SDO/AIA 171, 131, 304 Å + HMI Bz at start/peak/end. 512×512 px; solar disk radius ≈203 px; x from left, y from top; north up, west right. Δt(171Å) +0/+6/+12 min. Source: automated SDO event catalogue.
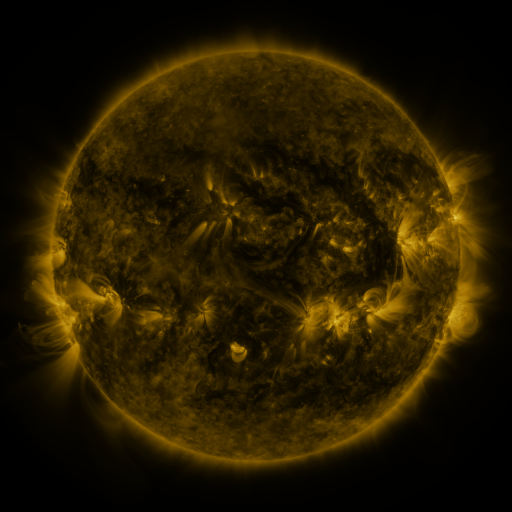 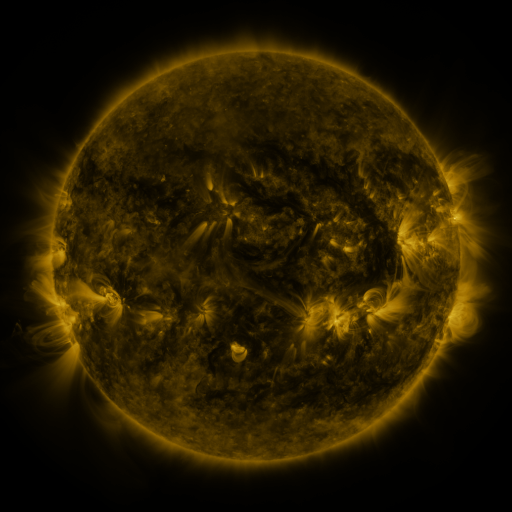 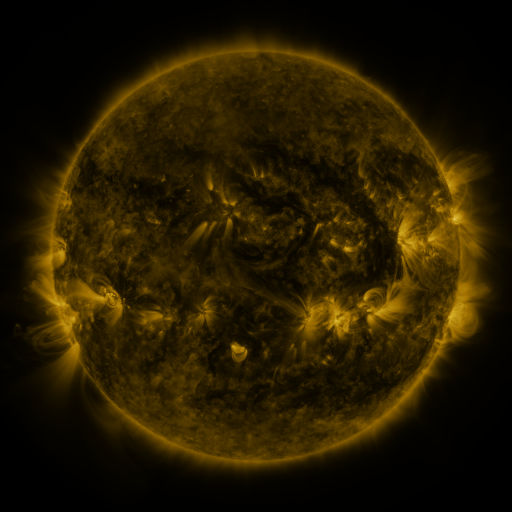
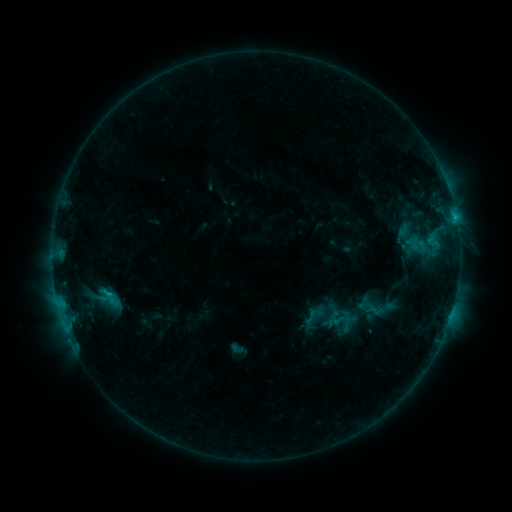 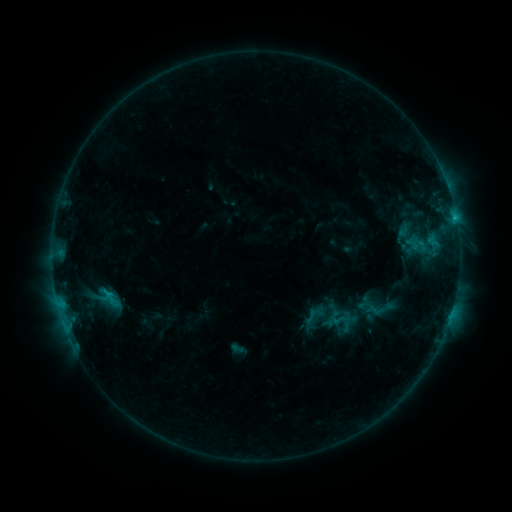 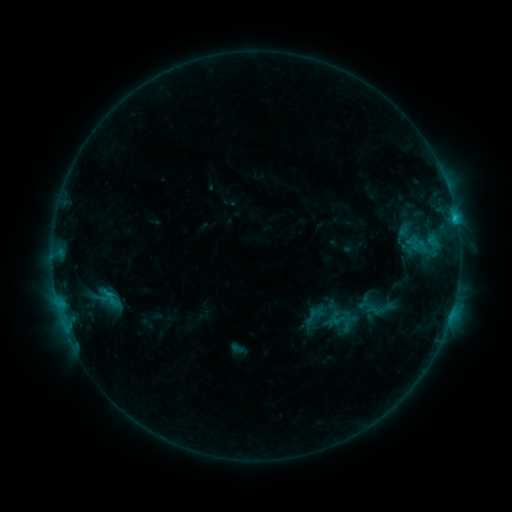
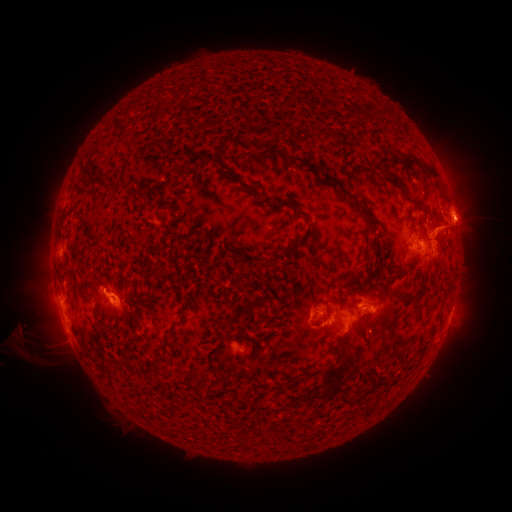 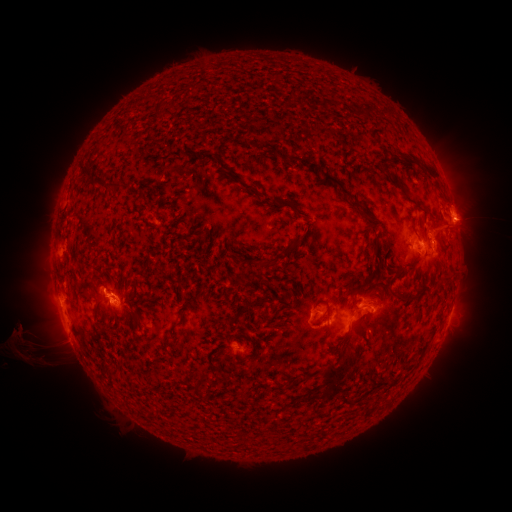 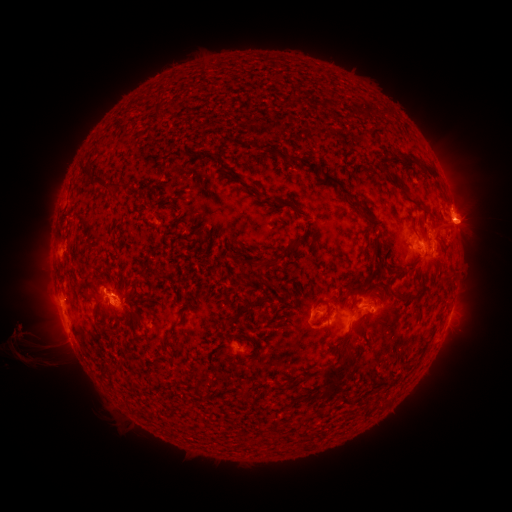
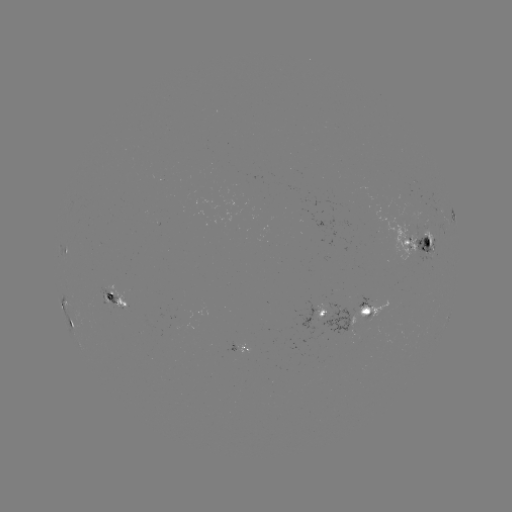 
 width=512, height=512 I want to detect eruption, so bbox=[440, 176, 498, 258].